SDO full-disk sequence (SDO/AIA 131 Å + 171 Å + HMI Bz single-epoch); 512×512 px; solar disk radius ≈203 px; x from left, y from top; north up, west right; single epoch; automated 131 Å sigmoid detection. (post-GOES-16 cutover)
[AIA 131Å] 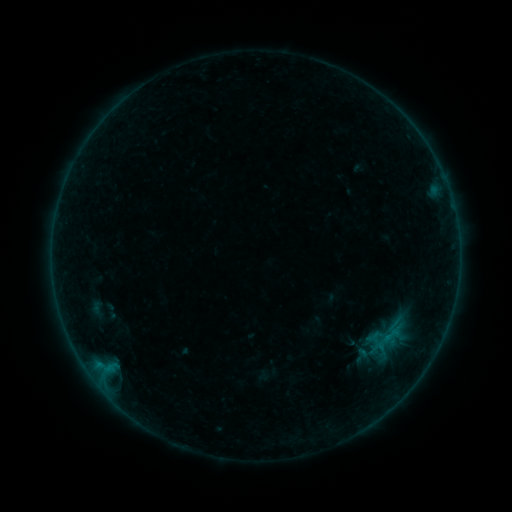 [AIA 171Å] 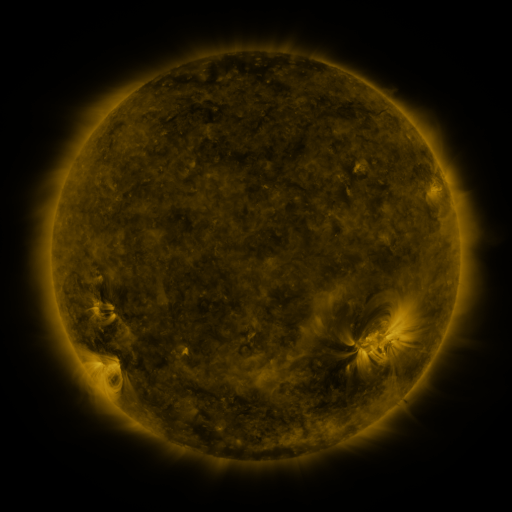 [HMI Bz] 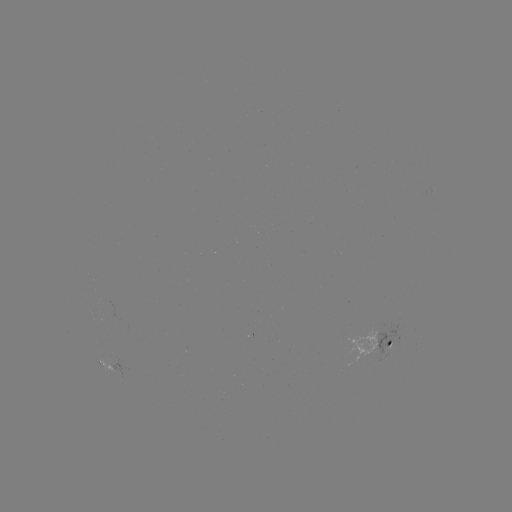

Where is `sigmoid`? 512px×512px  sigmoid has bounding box [373, 332, 393, 352].